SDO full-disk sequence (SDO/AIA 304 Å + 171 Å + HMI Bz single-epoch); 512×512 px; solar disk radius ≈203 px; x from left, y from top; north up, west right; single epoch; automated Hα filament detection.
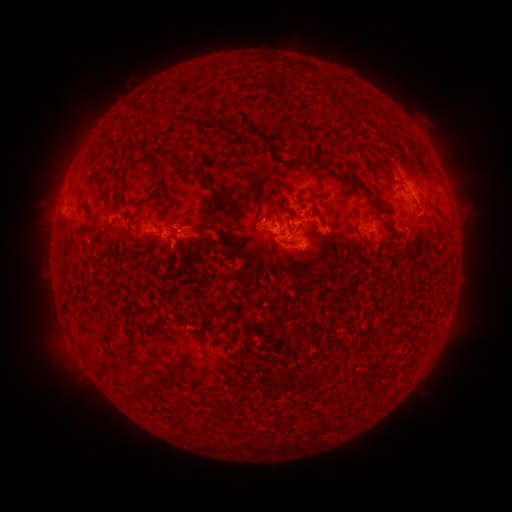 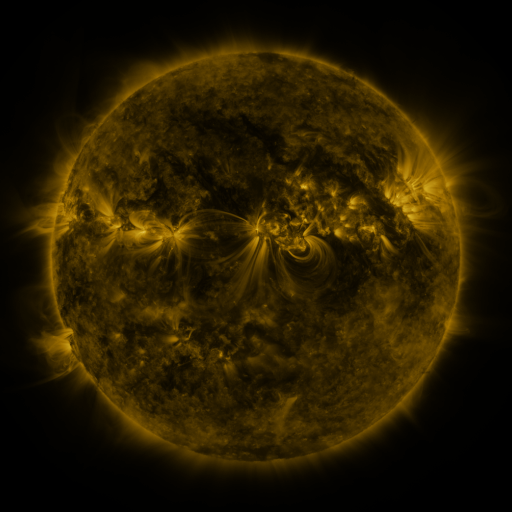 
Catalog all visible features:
filament: [286, 121, 295, 134]
filament: [183, 156, 191, 167]
filament: [148, 168, 158, 180]
filament: [362, 189, 375, 200]
filament: [269, 206, 294, 224]
filament: [208, 218, 223, 234]
filament: [294, 220, 320, 234]
filament: [251, 223, 262, 232]
filament: [120, 225, 128, 236]
filament: [182, 231, 194, 238]
filament: [277, 238, 296, 247]
filament: [208, 338, 217, 348]
filament: [167, 353, 197, 370]
